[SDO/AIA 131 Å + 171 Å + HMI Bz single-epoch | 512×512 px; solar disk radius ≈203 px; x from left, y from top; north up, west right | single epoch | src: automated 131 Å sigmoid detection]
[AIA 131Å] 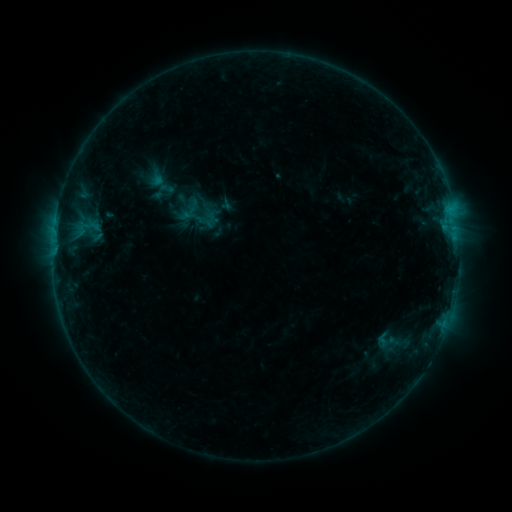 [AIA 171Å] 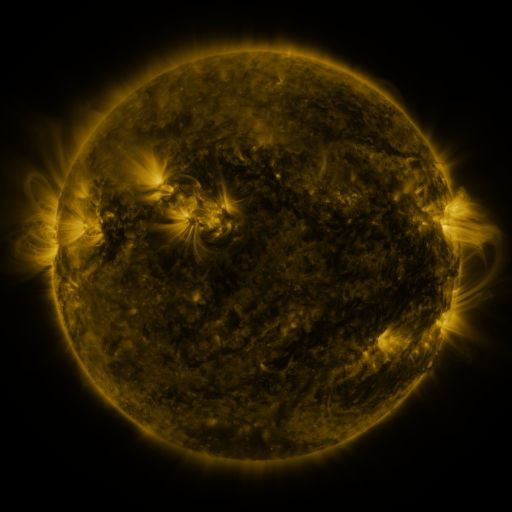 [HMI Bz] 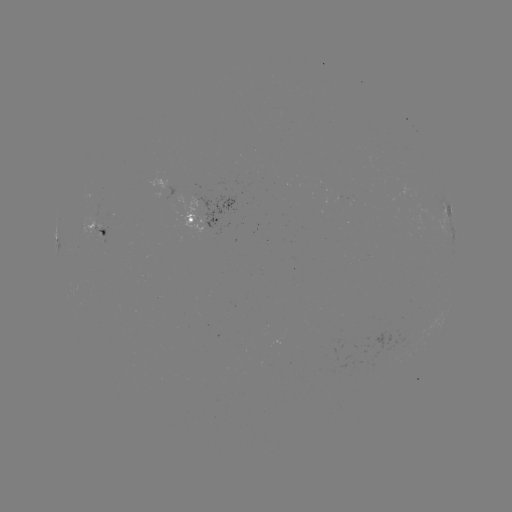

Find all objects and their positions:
sigmoid: (388, 341)
